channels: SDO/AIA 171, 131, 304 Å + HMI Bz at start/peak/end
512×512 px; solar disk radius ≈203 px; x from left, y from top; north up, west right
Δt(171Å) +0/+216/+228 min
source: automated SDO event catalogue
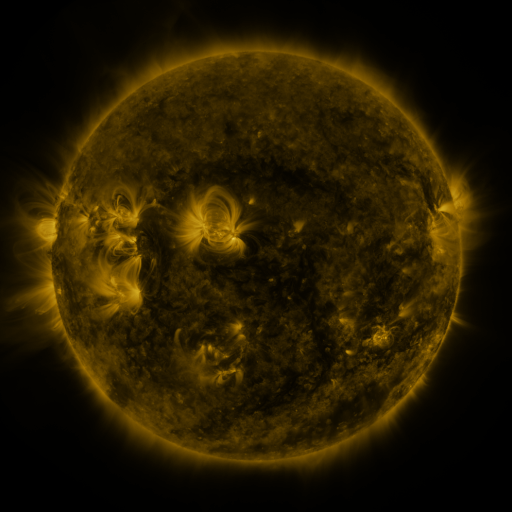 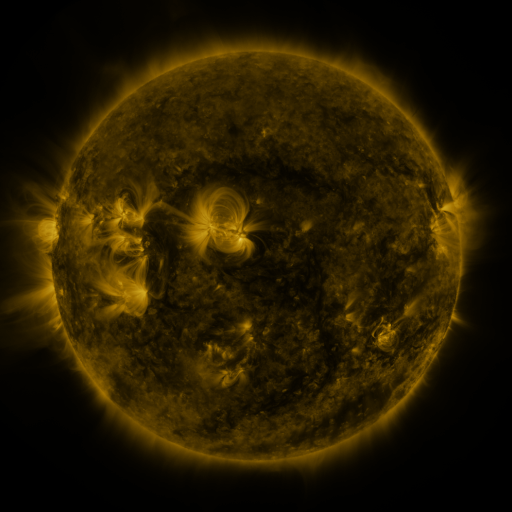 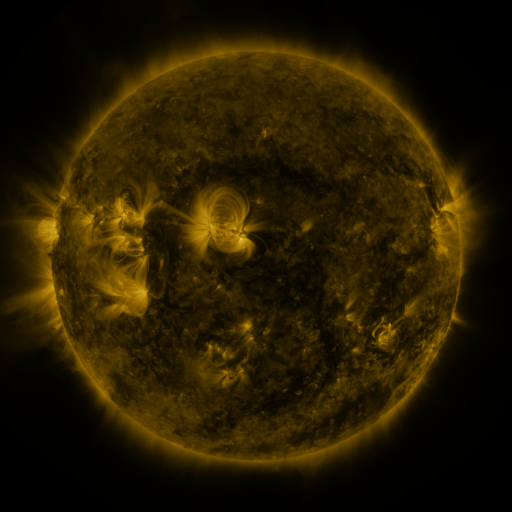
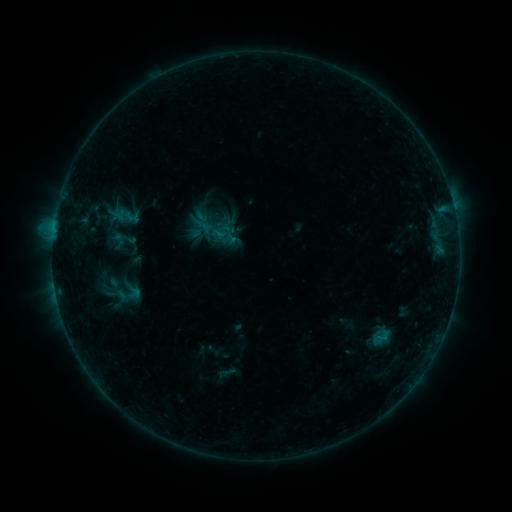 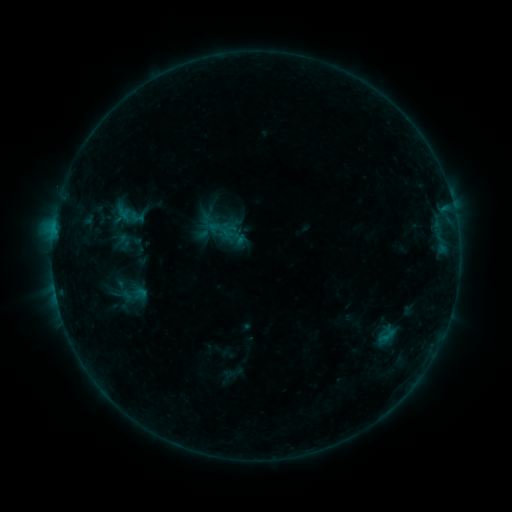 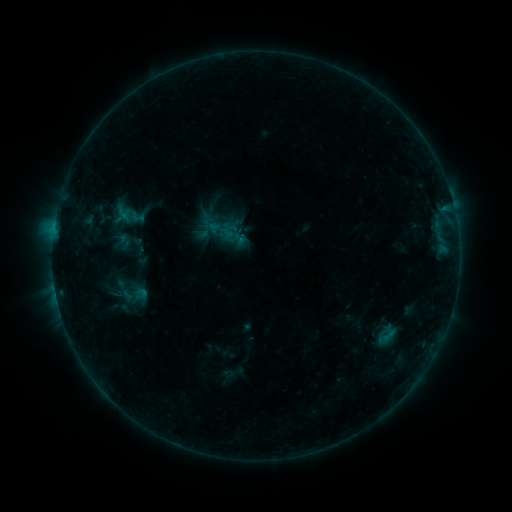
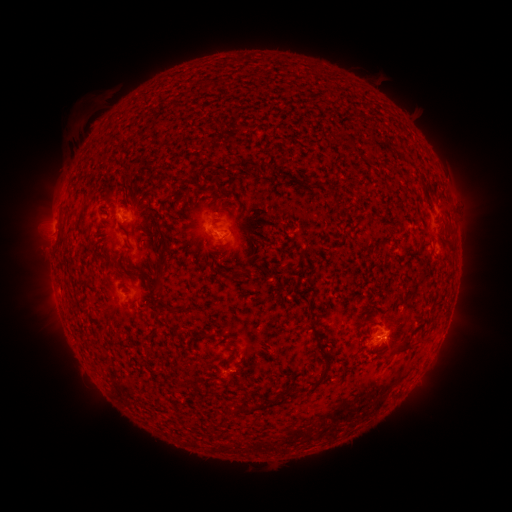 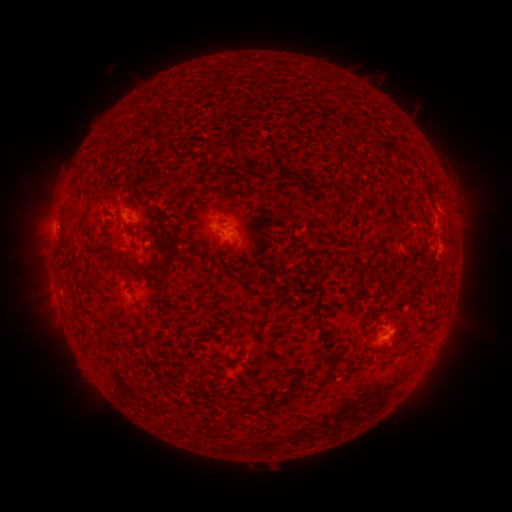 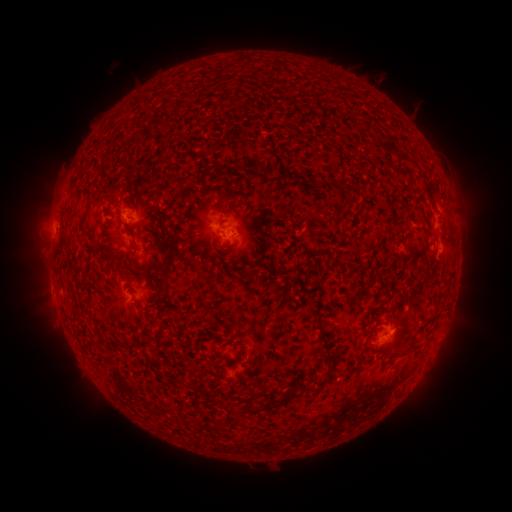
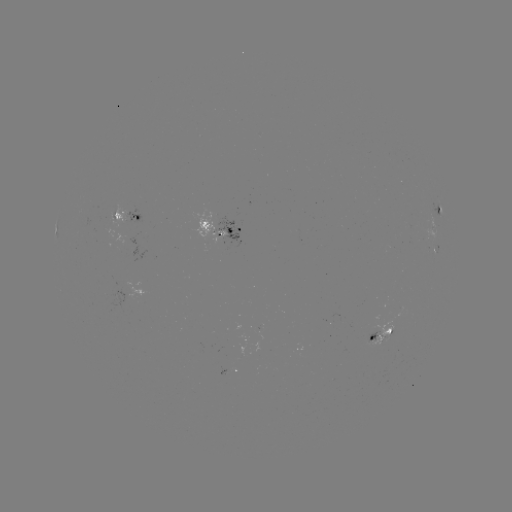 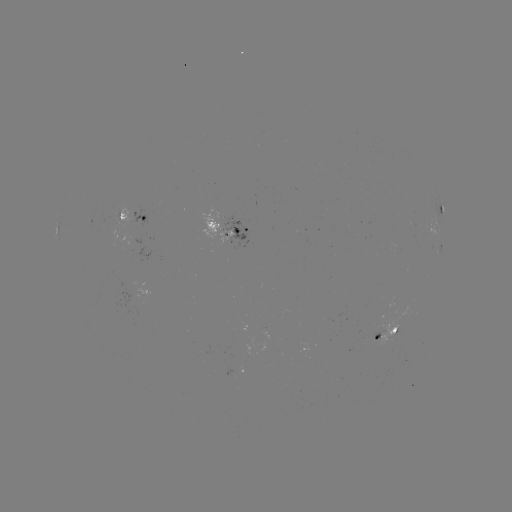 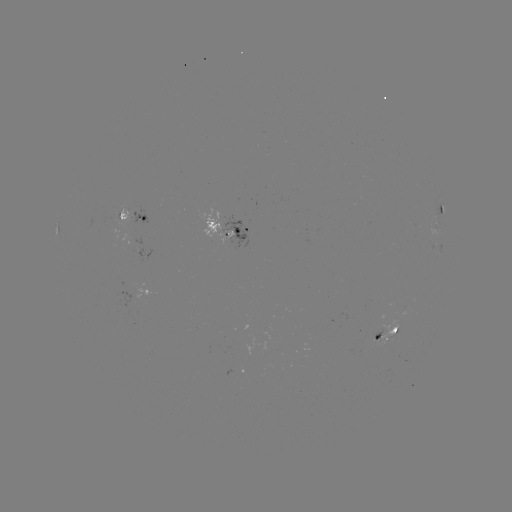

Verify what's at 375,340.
emerging-flux region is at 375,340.